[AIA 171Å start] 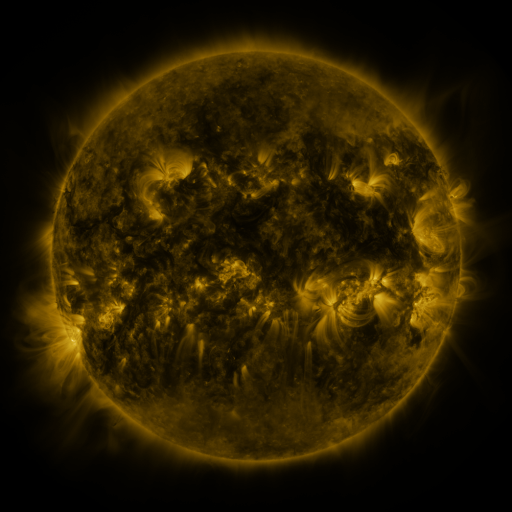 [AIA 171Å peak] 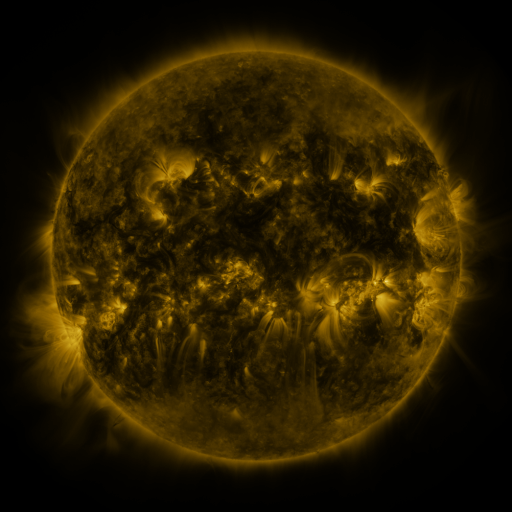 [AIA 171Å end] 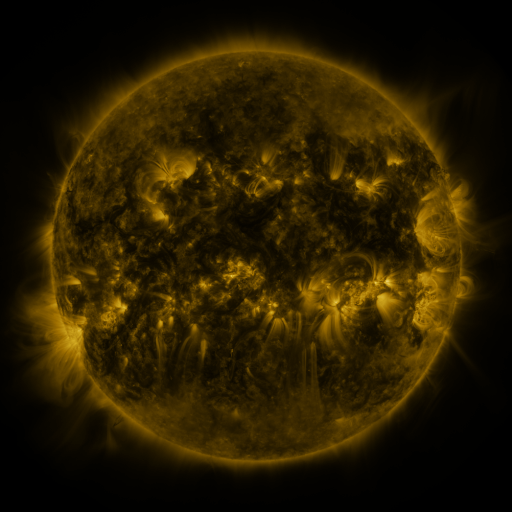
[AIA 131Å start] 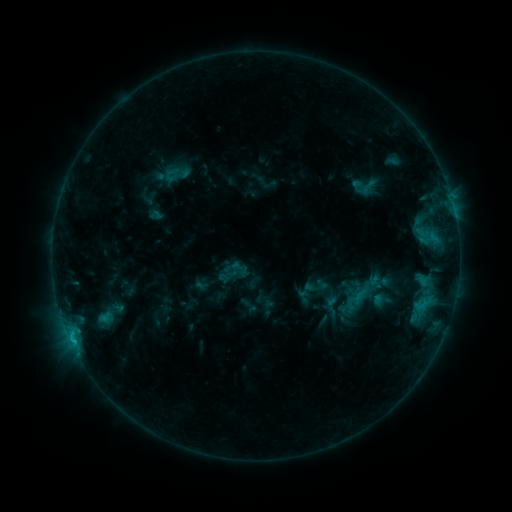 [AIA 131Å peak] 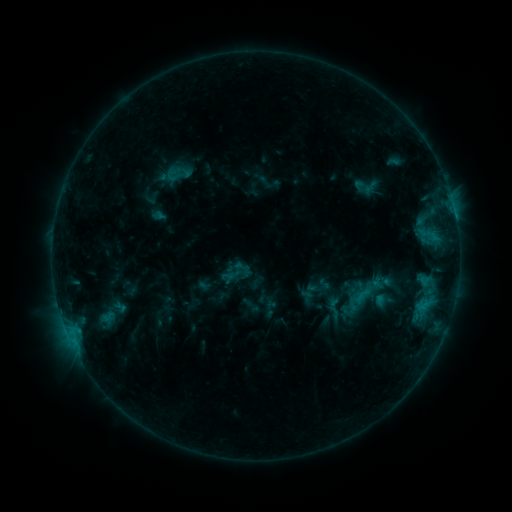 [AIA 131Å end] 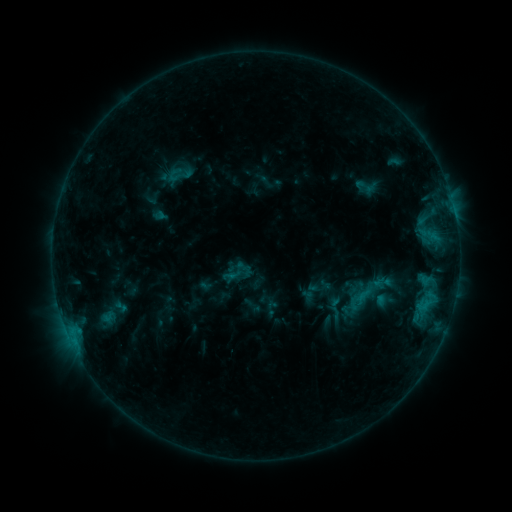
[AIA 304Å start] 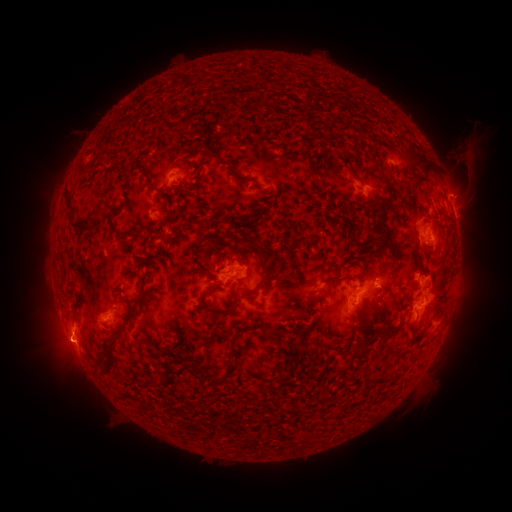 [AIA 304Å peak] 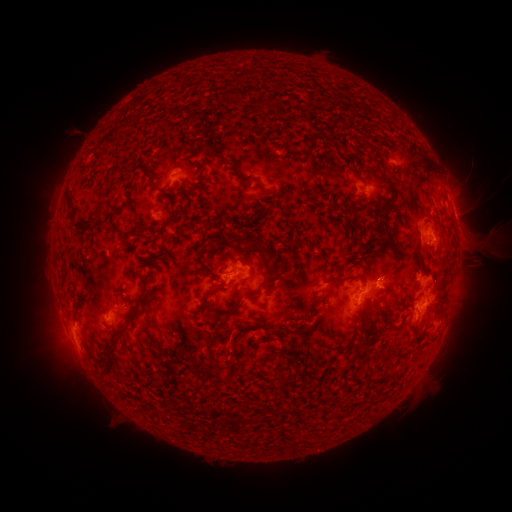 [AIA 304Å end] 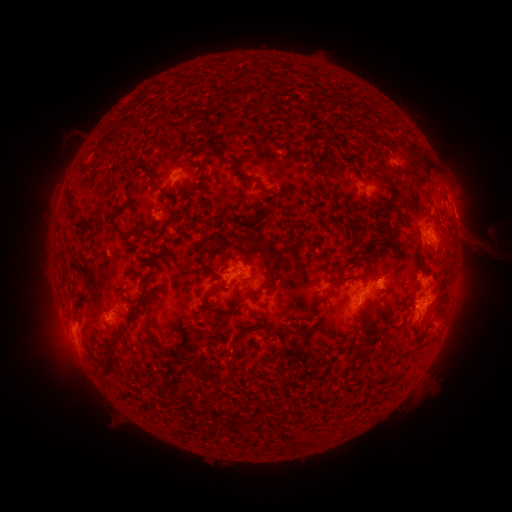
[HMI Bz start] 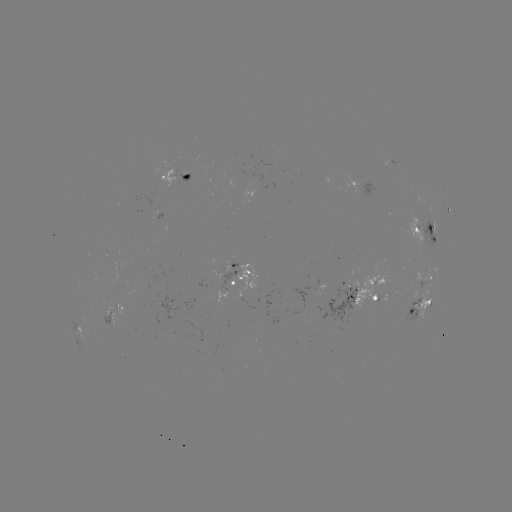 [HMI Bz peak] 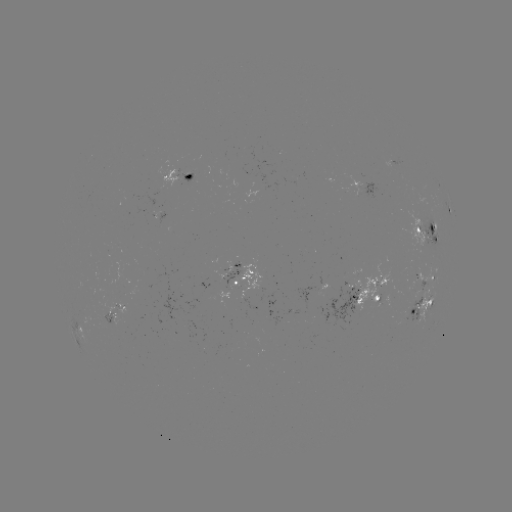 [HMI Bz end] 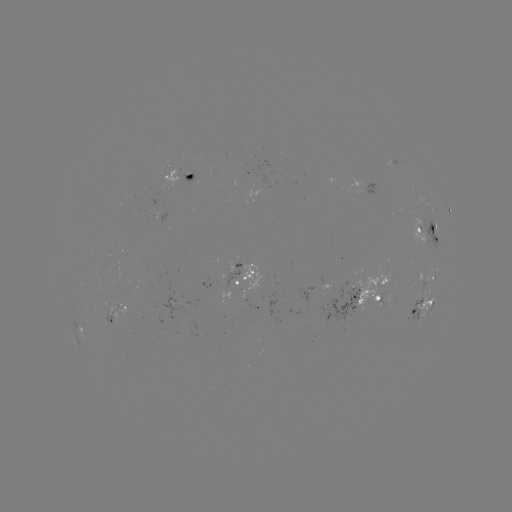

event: emerging-flux region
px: (245, 280)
